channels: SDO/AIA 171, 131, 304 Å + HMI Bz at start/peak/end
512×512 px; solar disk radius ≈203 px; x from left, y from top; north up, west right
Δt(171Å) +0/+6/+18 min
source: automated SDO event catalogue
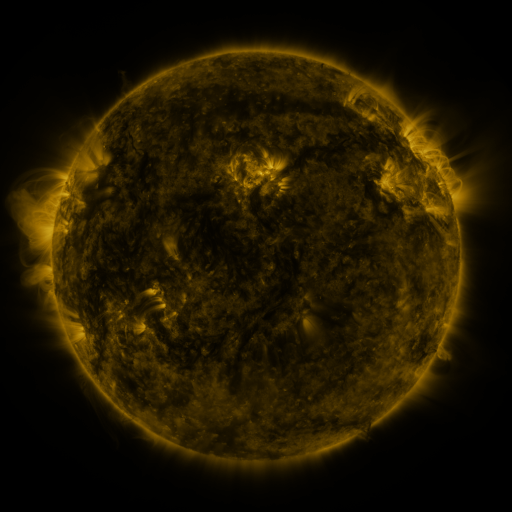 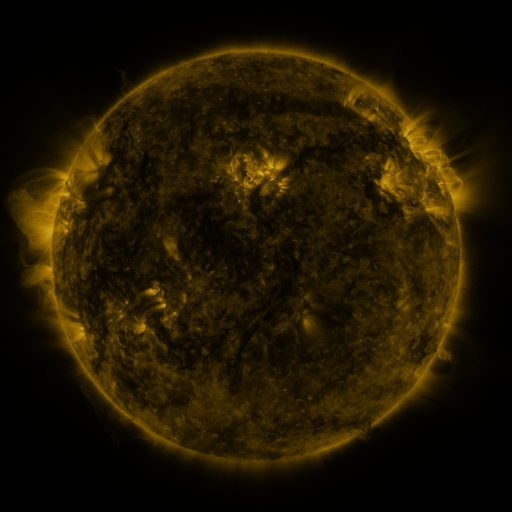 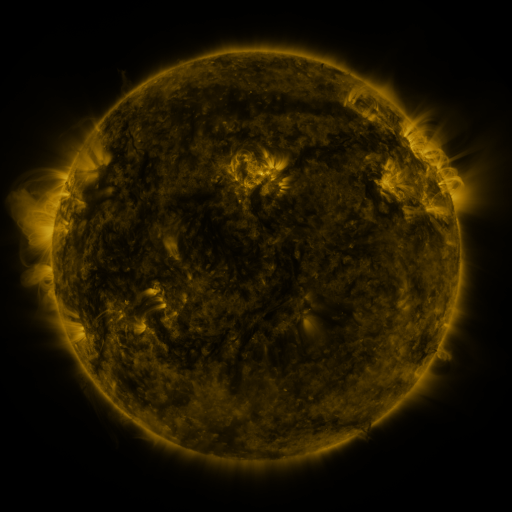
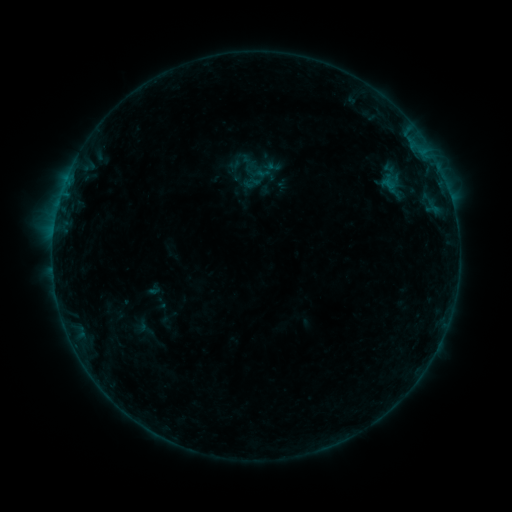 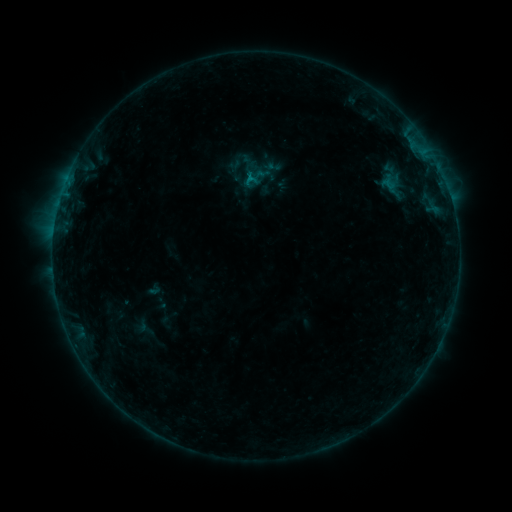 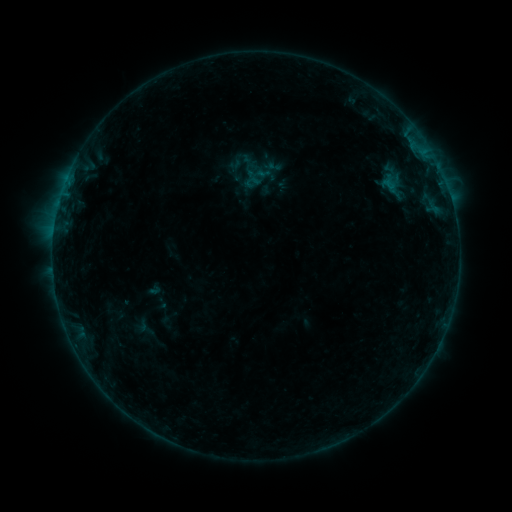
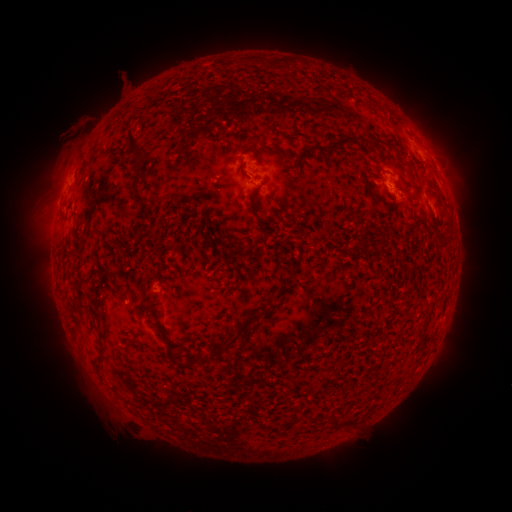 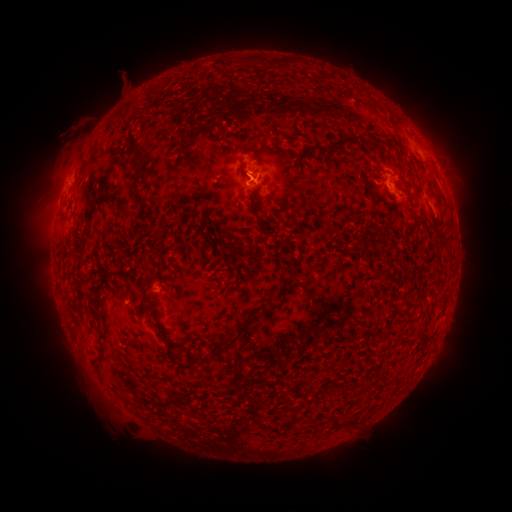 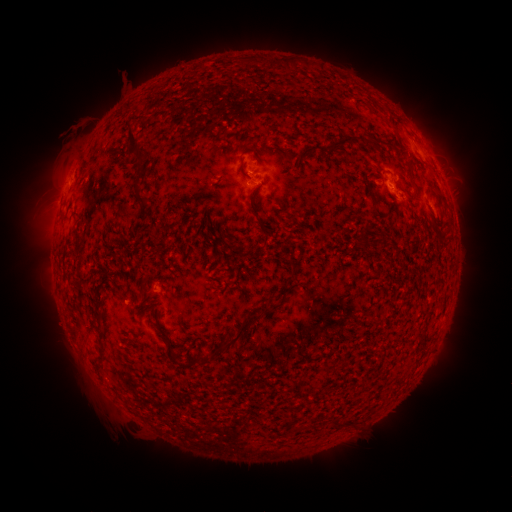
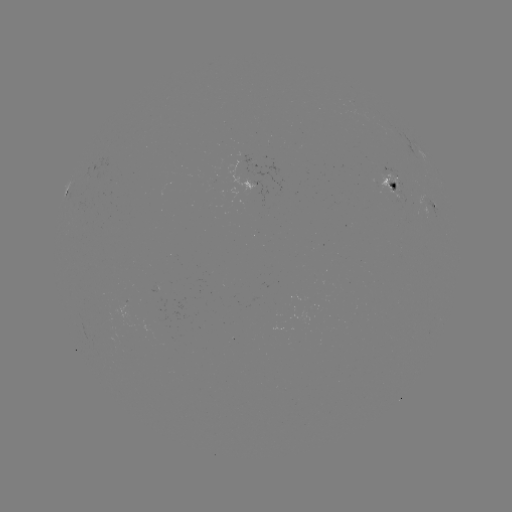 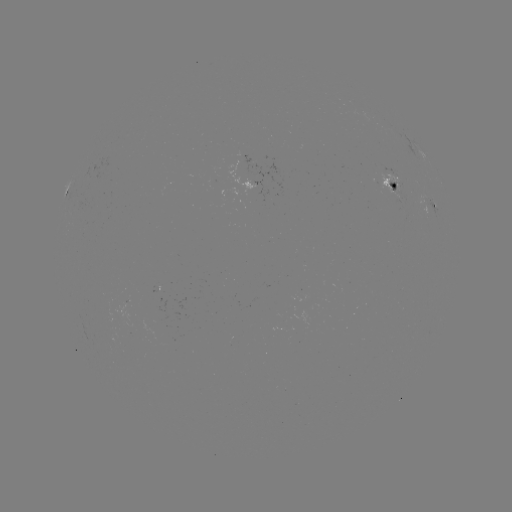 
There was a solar flare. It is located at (252, 179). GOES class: B4.7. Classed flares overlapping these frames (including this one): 1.